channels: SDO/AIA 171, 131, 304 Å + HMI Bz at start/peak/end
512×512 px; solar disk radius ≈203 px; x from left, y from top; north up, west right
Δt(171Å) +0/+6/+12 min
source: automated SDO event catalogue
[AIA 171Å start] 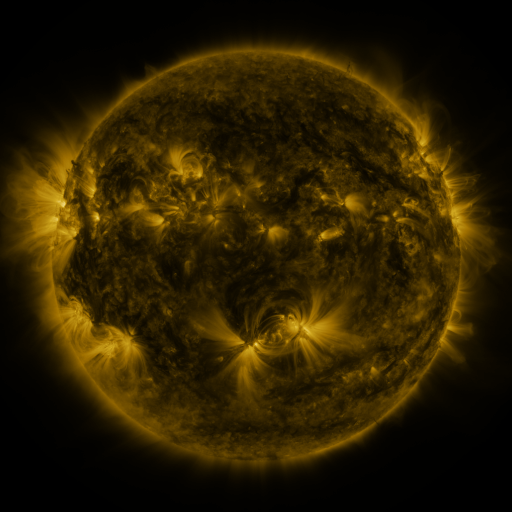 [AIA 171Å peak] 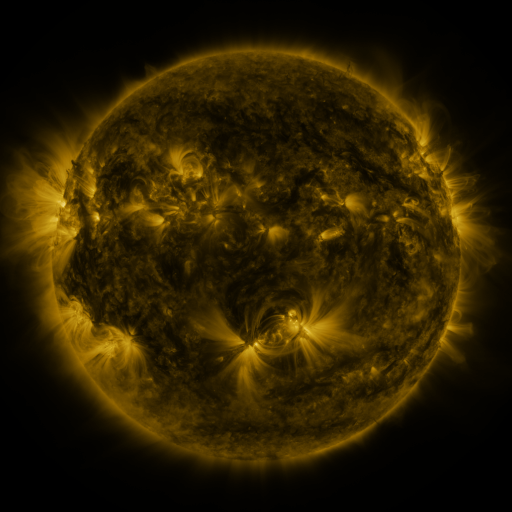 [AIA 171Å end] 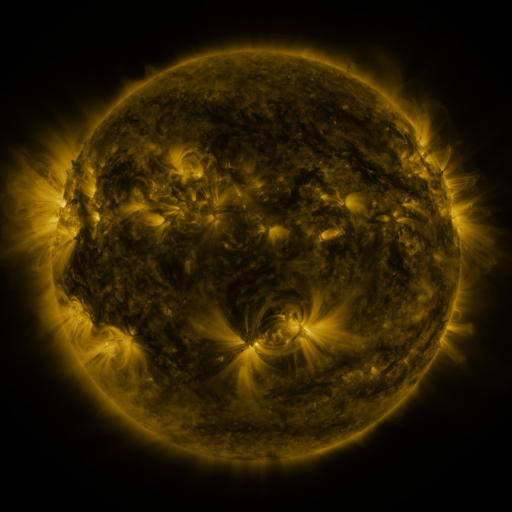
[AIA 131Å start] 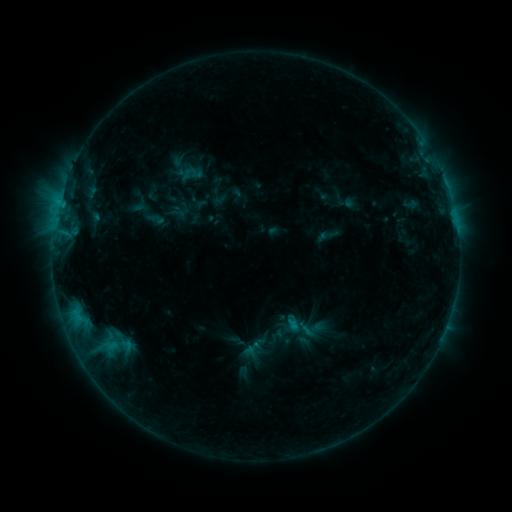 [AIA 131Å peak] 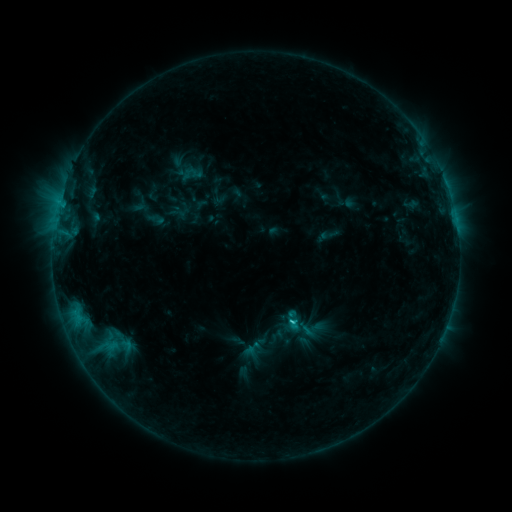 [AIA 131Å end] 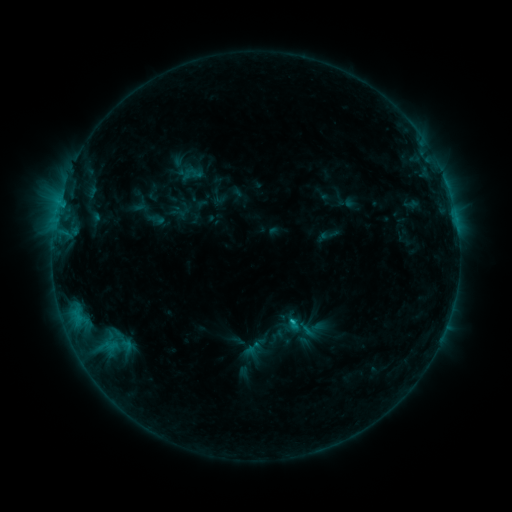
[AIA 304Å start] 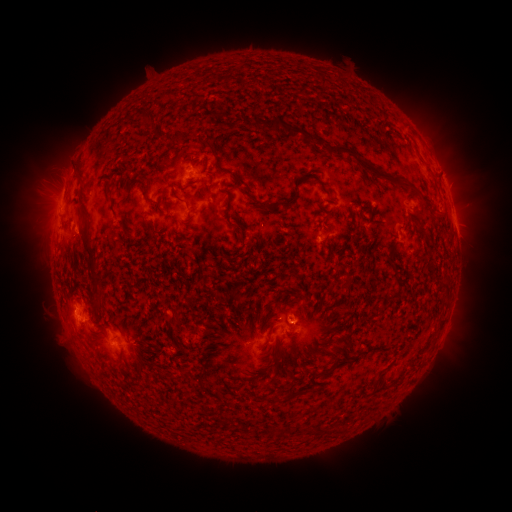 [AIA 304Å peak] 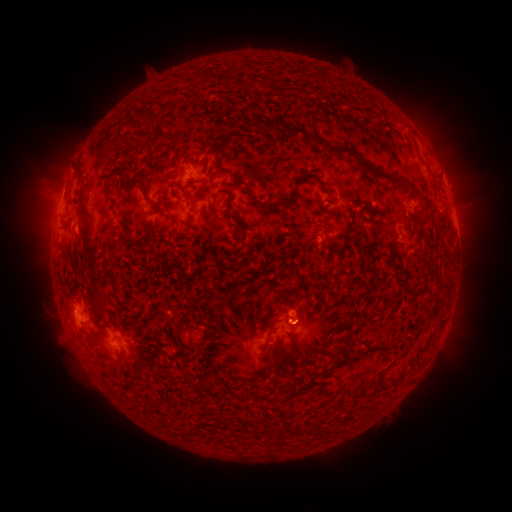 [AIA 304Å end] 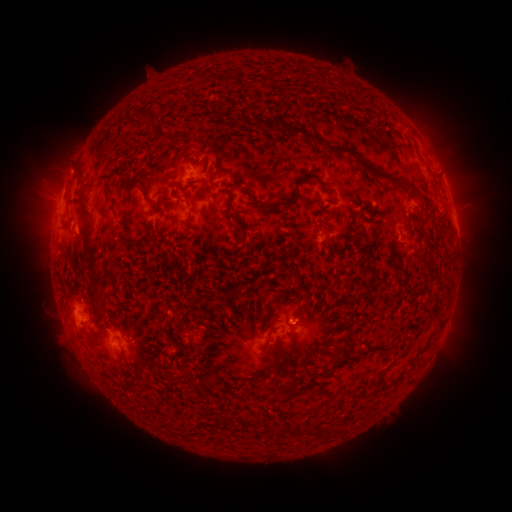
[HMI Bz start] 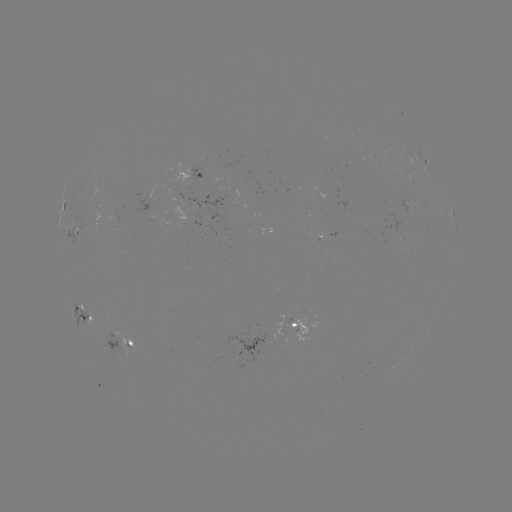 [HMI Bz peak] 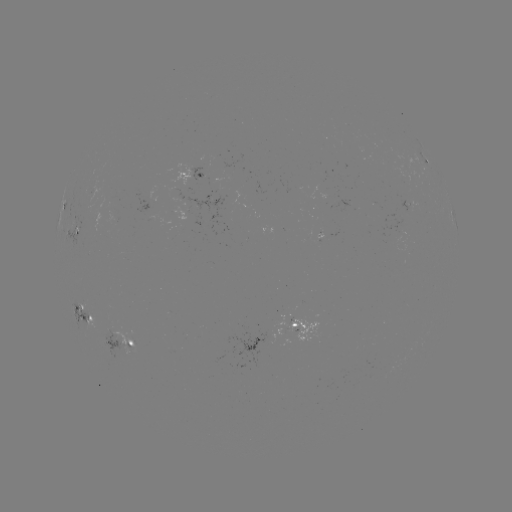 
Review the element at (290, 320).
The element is C1.1 flare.